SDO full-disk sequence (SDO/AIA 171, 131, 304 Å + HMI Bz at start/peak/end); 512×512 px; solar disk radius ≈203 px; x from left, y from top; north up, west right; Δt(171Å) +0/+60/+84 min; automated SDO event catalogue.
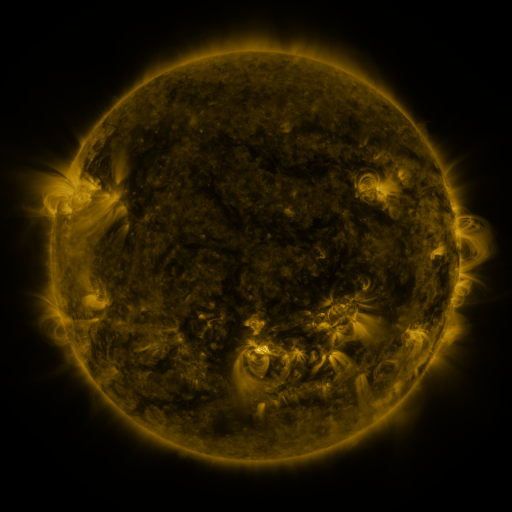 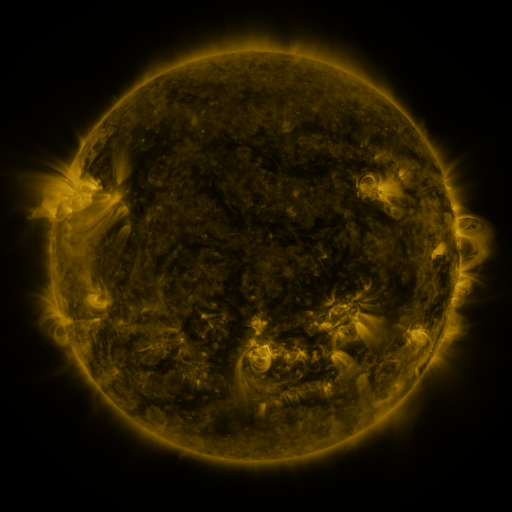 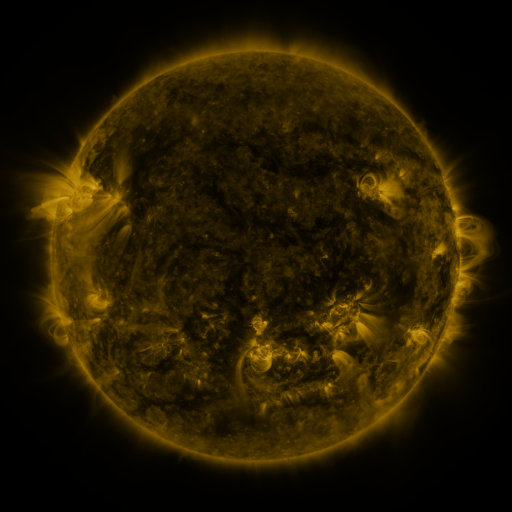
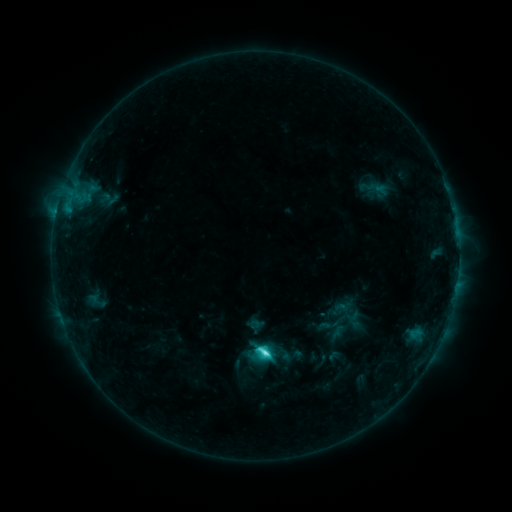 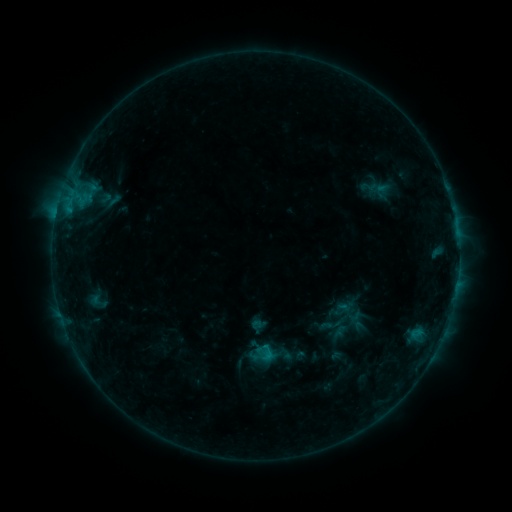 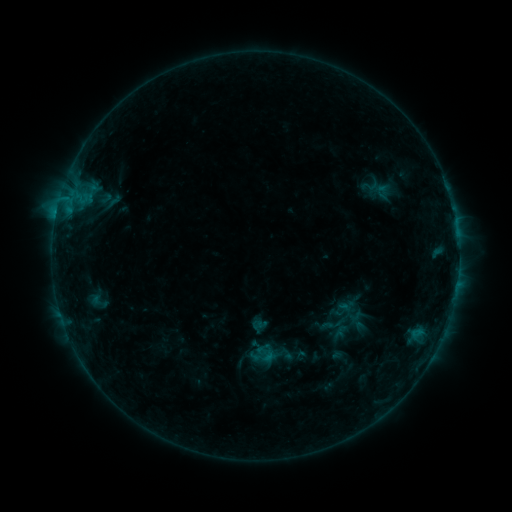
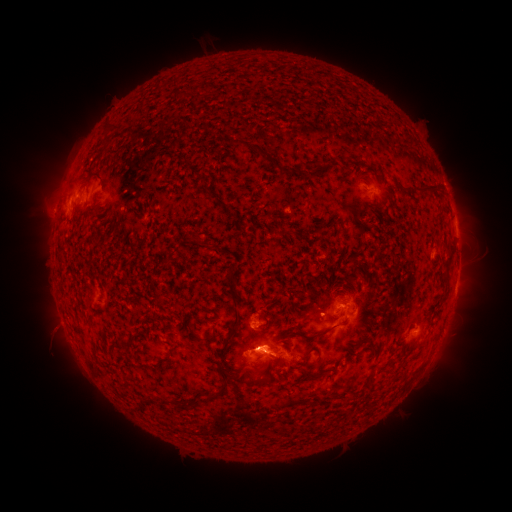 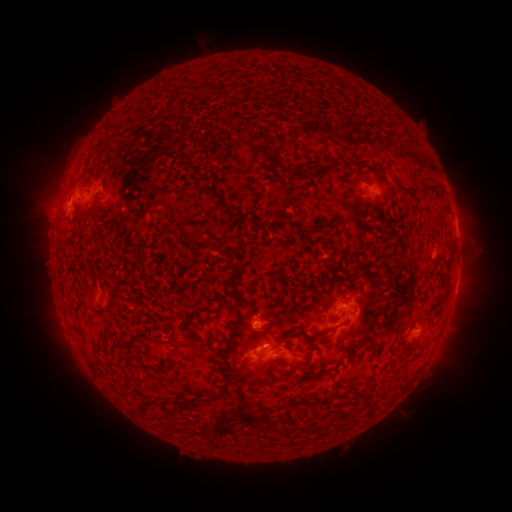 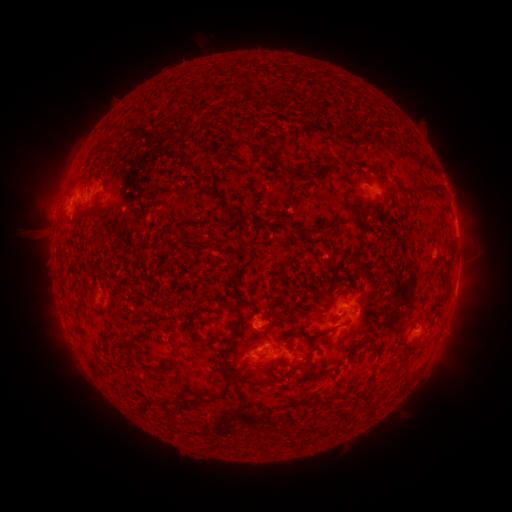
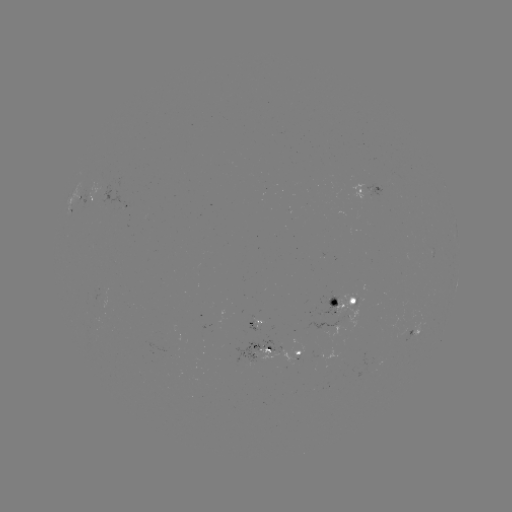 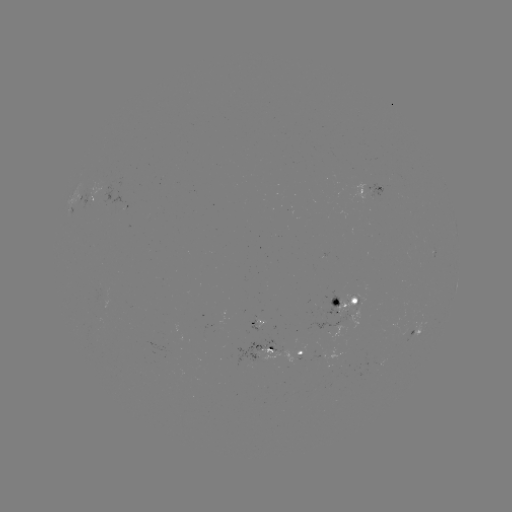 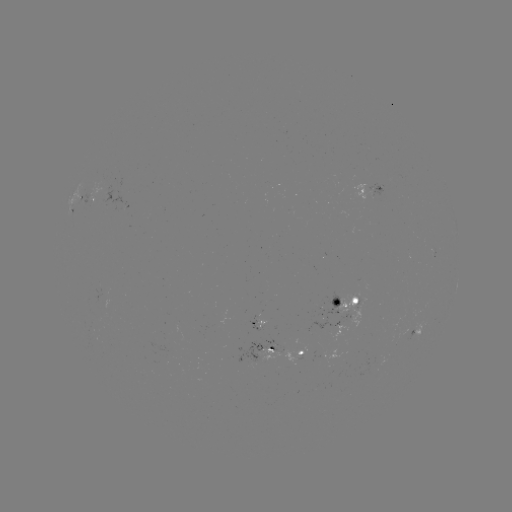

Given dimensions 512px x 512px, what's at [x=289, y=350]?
emerging-flux region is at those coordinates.